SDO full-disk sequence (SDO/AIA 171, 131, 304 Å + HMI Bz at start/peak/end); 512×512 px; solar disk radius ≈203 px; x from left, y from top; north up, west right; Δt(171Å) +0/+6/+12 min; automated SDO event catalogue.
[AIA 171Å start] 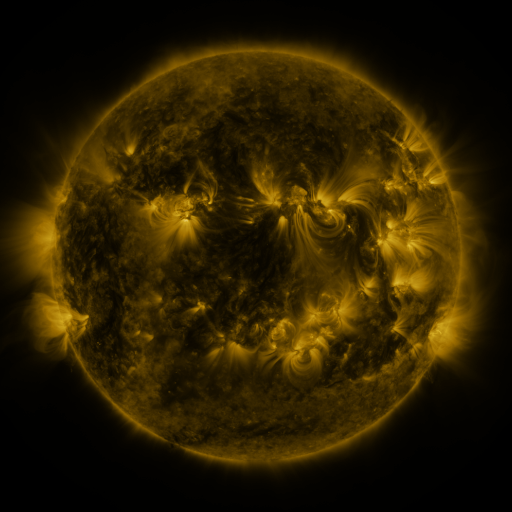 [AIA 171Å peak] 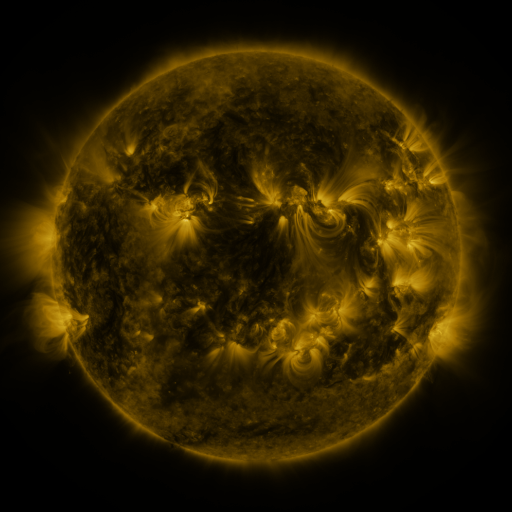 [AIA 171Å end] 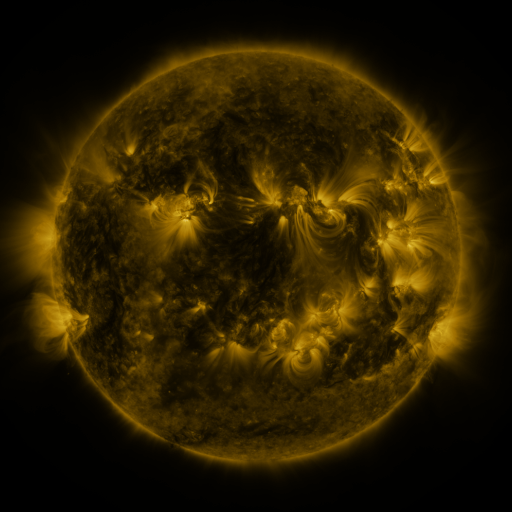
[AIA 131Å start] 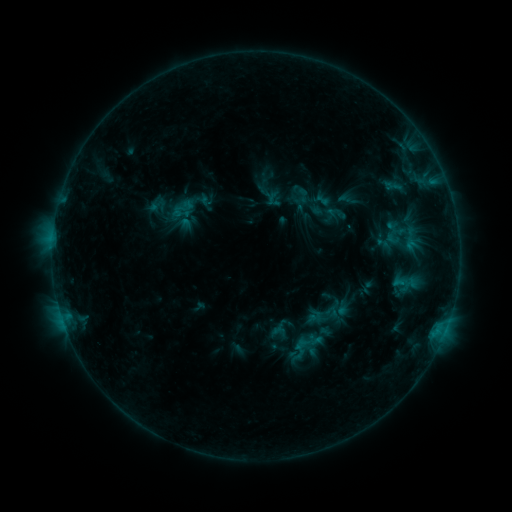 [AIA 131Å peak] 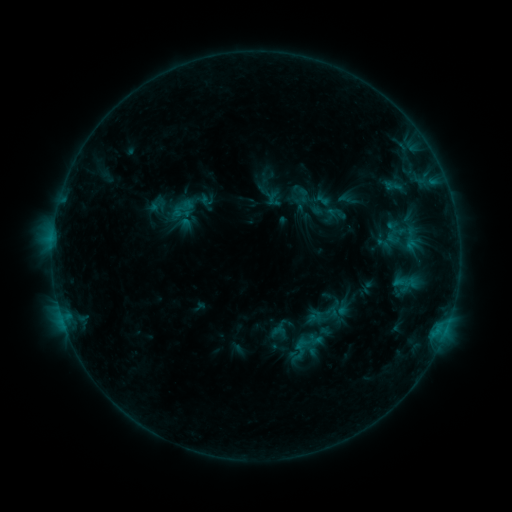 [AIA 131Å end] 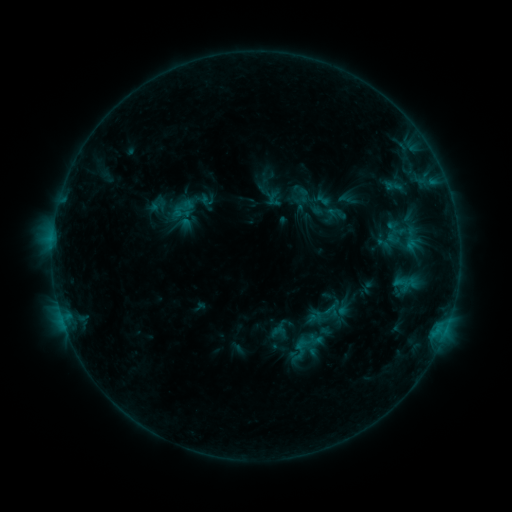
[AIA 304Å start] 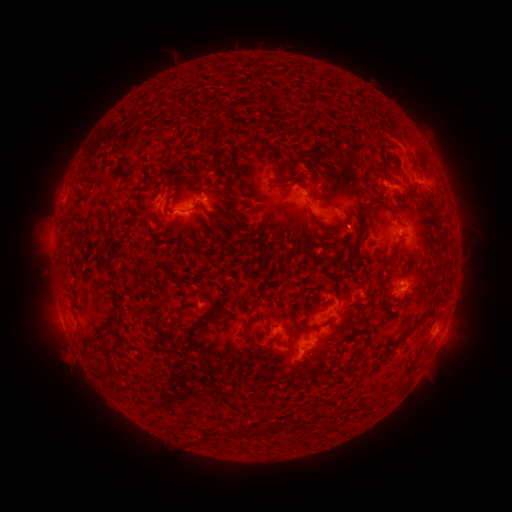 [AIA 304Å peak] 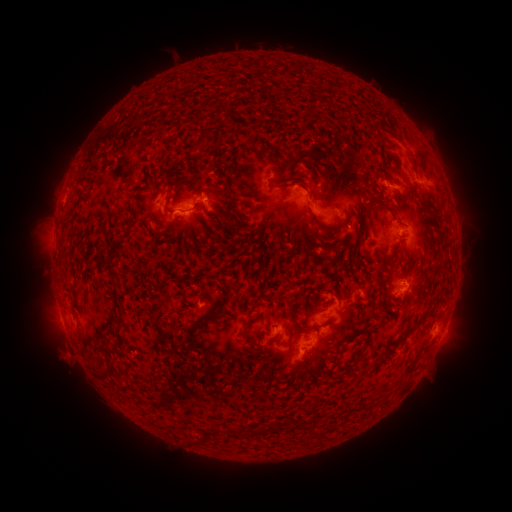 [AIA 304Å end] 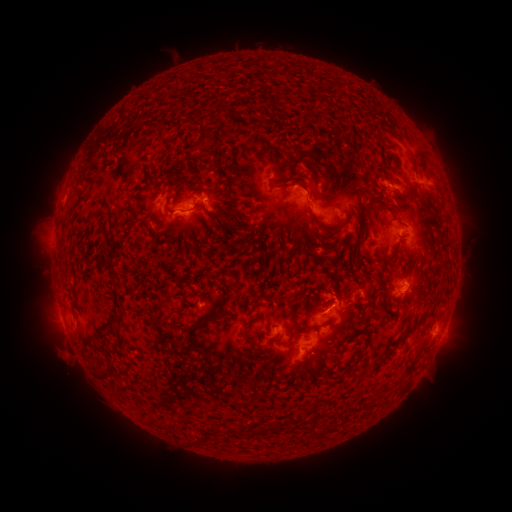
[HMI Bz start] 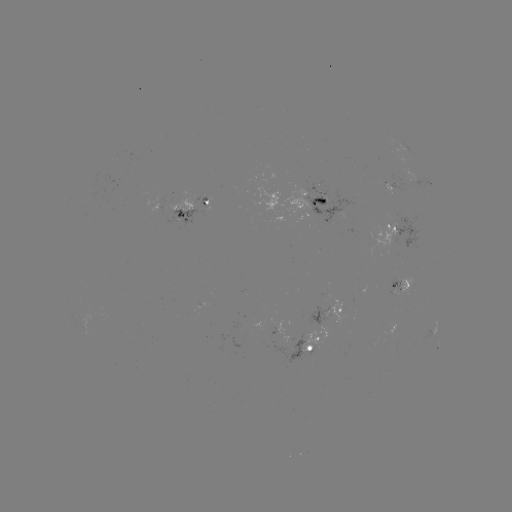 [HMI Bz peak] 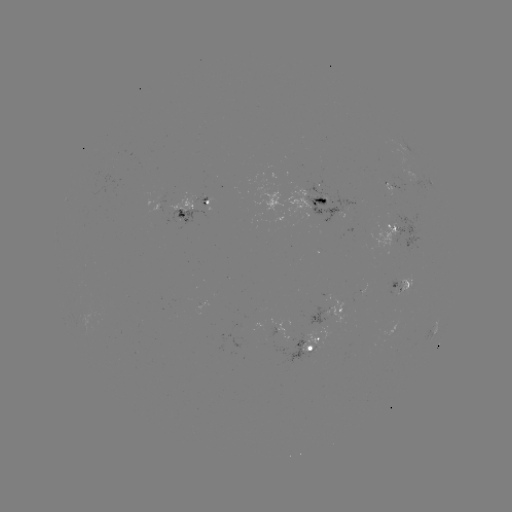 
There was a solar eruption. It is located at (67, 360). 